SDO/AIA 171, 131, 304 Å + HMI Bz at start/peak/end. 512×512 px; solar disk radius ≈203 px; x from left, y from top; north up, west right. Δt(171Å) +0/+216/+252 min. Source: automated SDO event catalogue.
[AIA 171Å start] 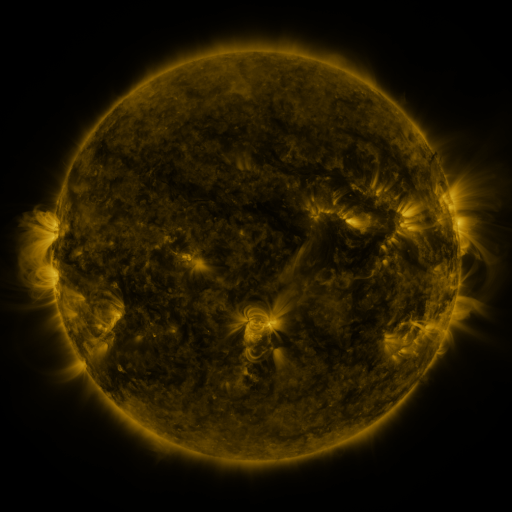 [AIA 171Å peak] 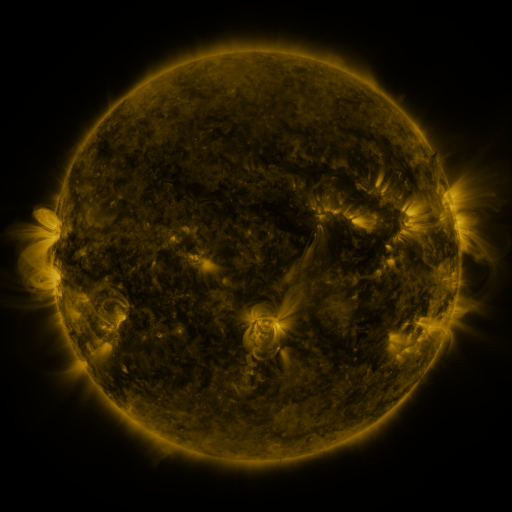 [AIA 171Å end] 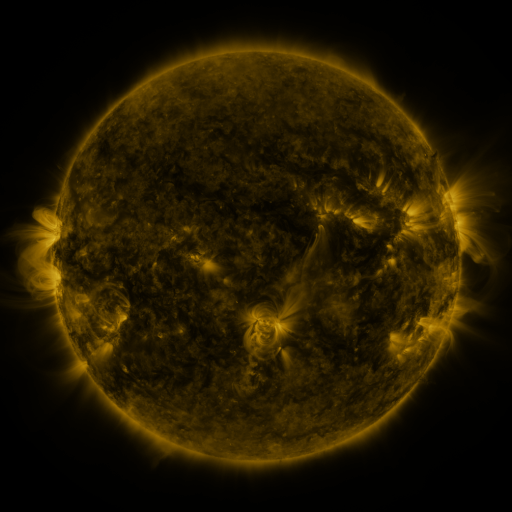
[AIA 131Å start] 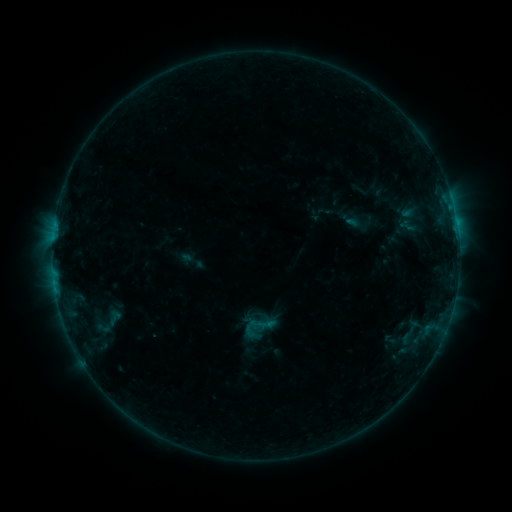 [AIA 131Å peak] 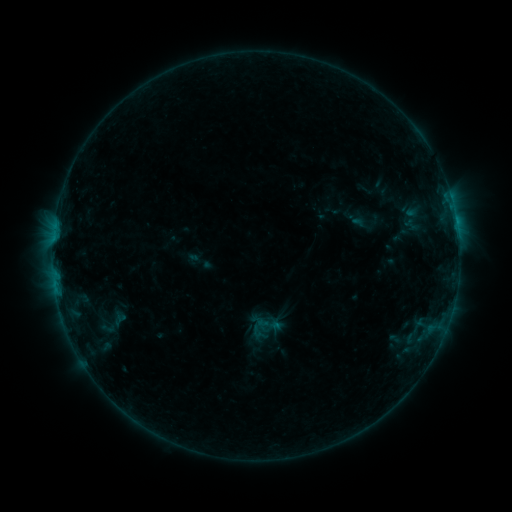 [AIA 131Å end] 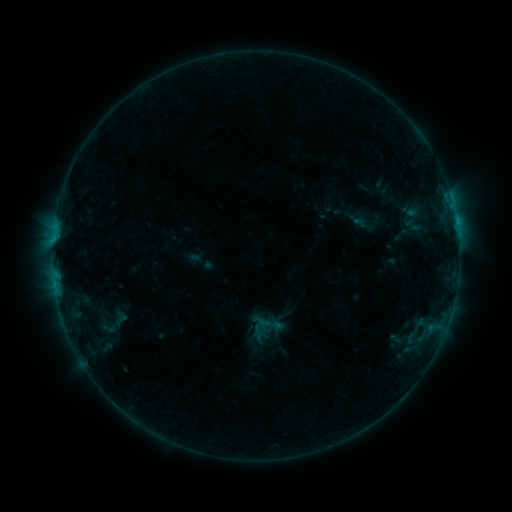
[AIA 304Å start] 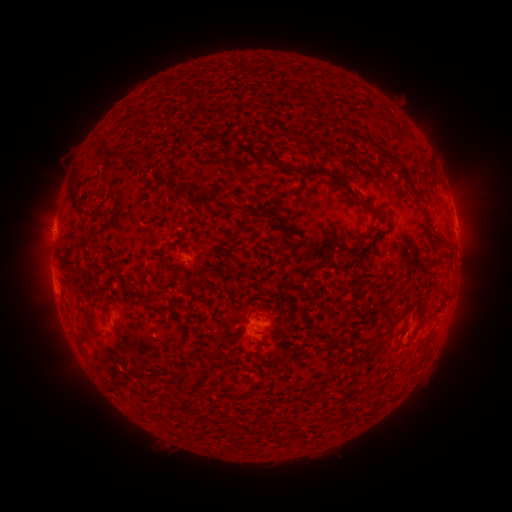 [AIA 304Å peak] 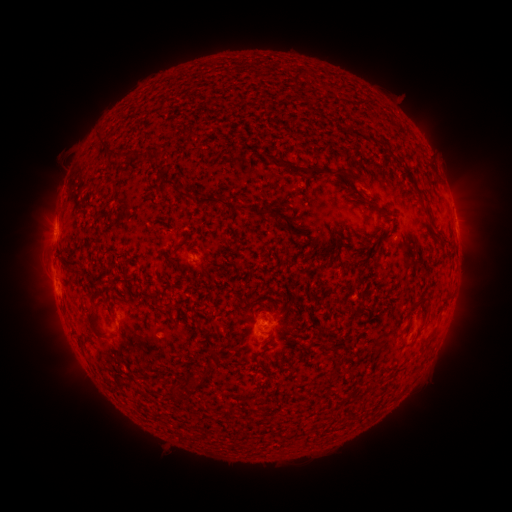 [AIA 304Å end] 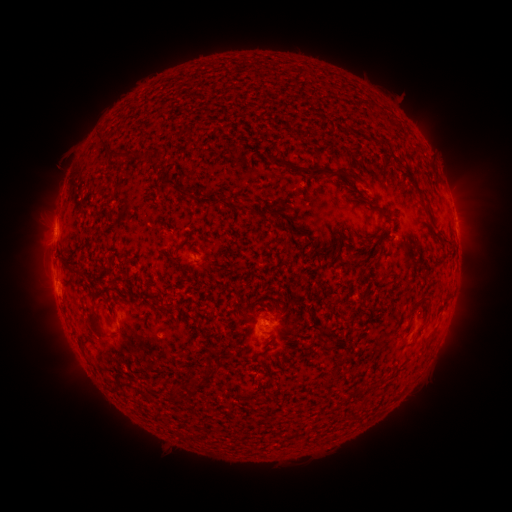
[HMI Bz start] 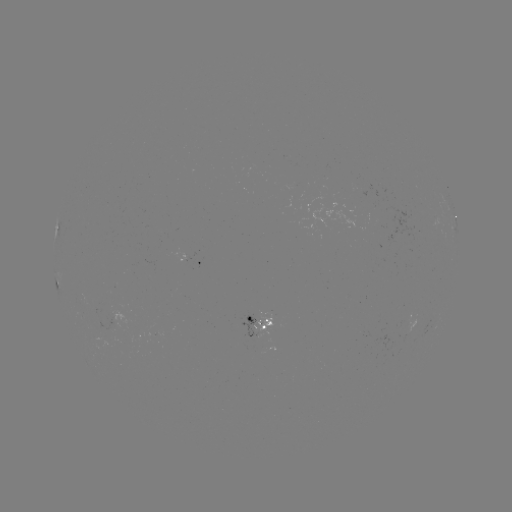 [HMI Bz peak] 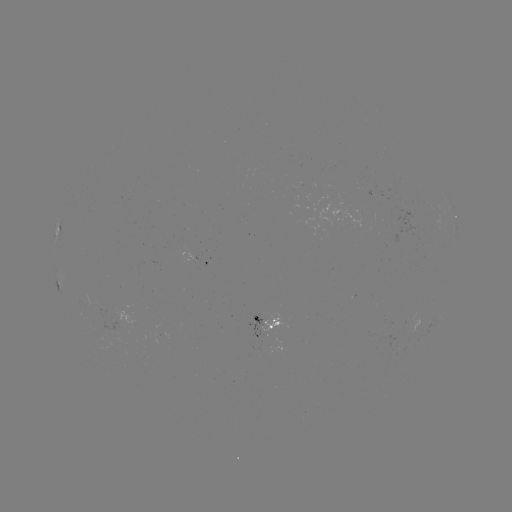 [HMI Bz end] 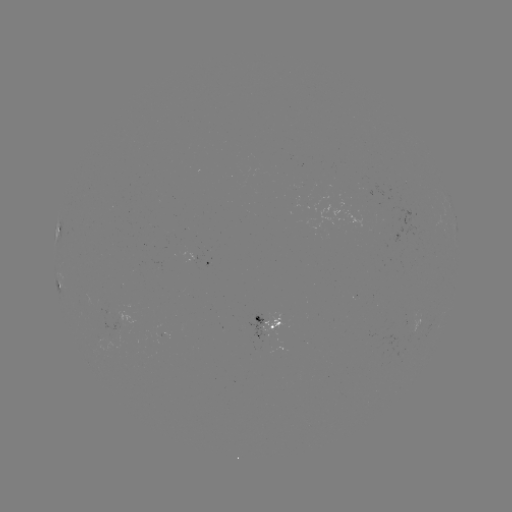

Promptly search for emerging-flux region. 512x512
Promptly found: (164, 335).